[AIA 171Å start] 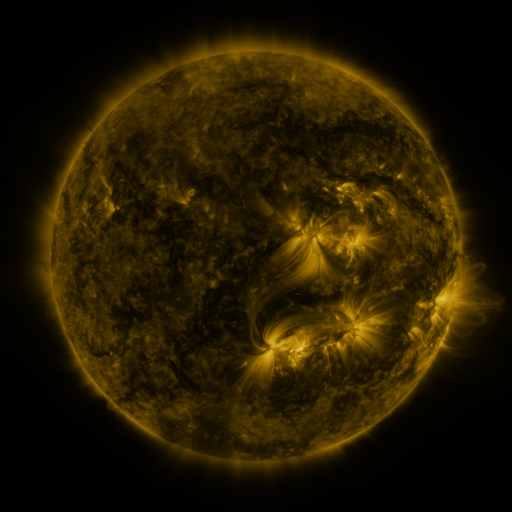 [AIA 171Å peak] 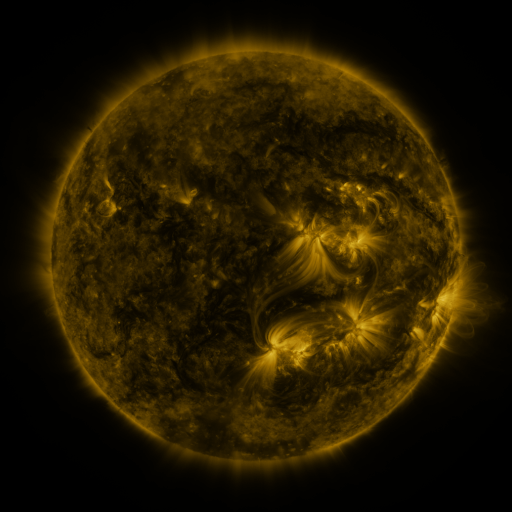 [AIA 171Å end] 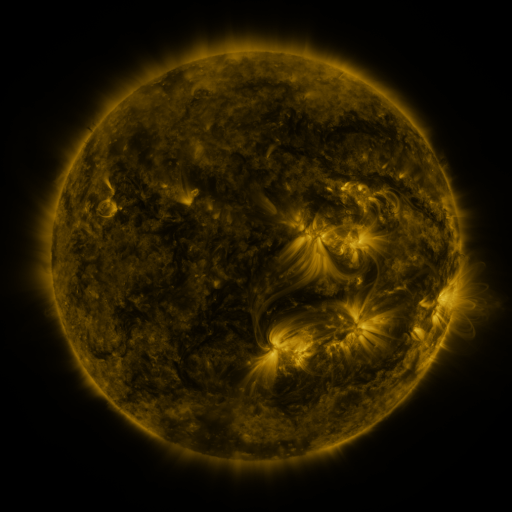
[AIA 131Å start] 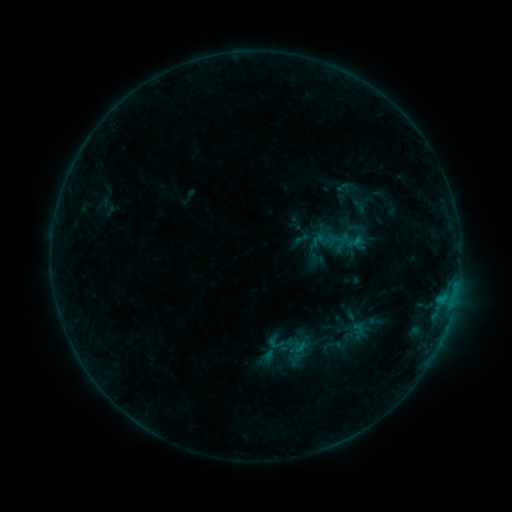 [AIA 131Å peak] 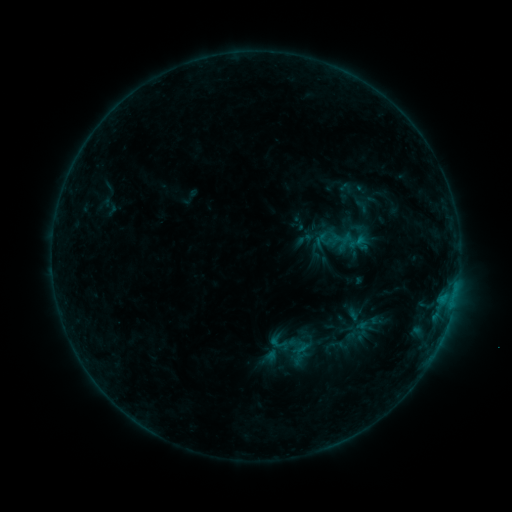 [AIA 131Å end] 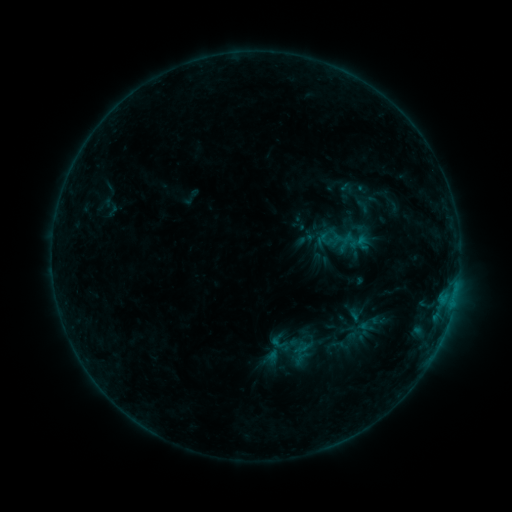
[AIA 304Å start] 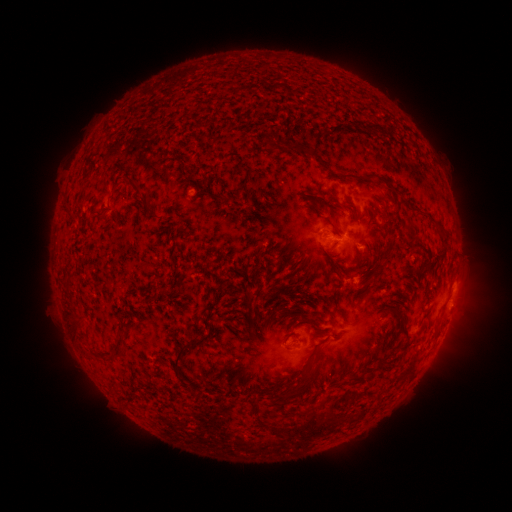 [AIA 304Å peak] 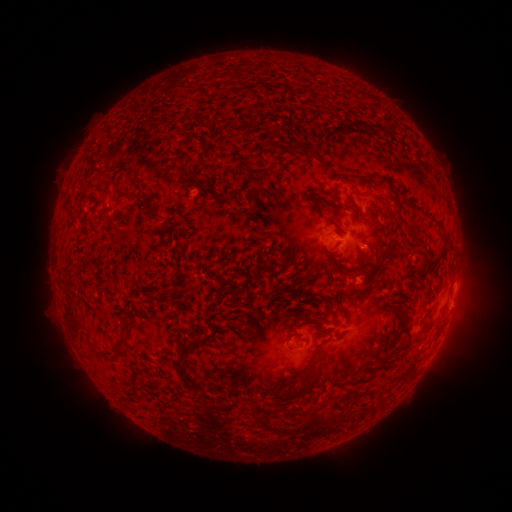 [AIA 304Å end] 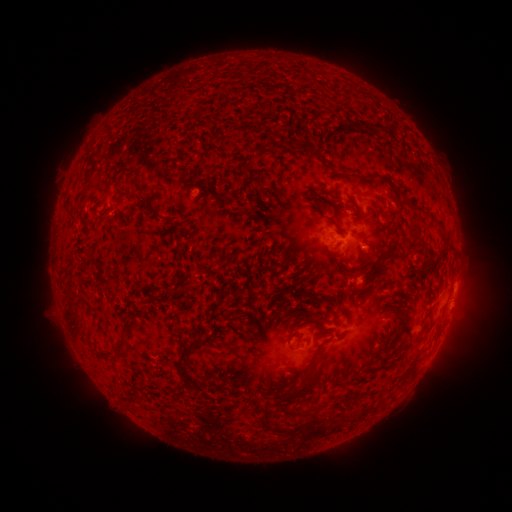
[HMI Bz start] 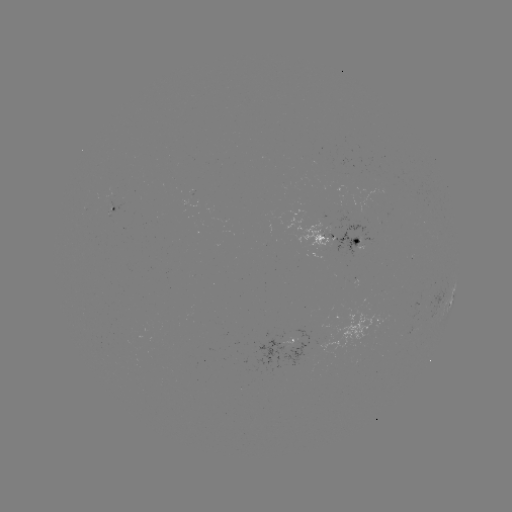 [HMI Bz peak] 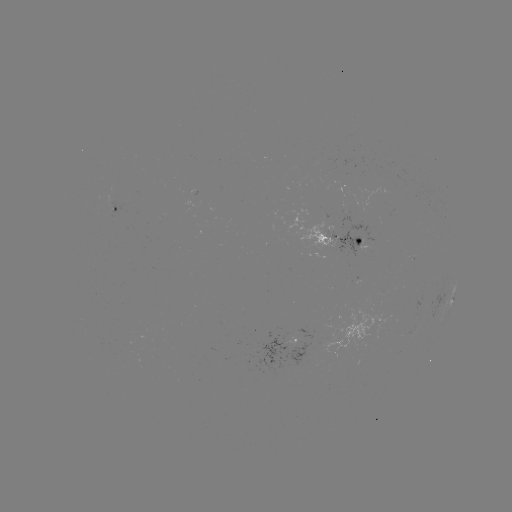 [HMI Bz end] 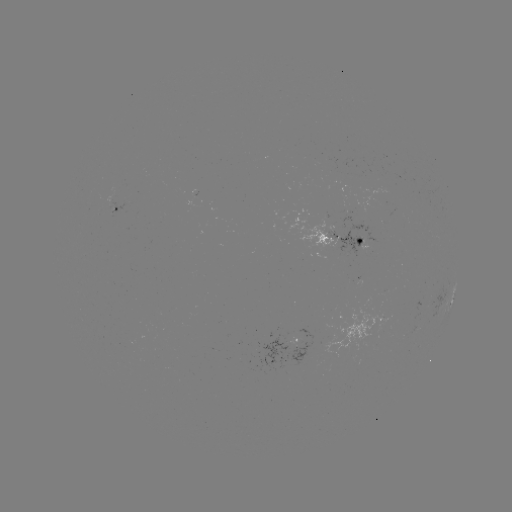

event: emerging-flux region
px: (127, 340)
